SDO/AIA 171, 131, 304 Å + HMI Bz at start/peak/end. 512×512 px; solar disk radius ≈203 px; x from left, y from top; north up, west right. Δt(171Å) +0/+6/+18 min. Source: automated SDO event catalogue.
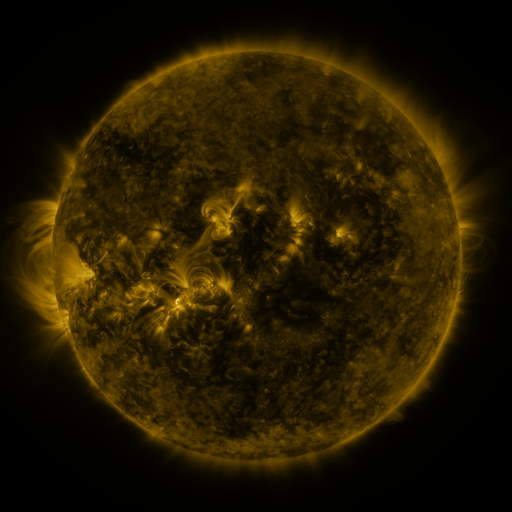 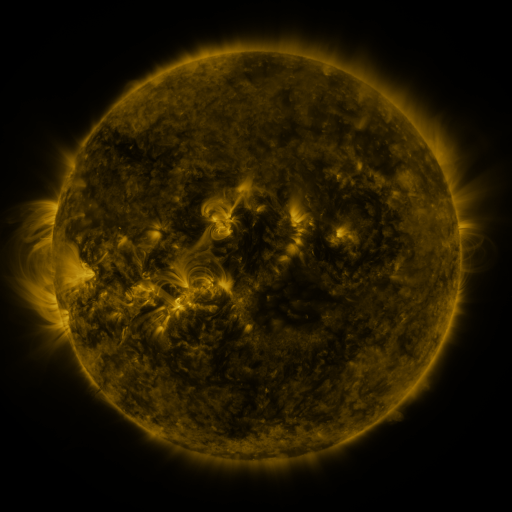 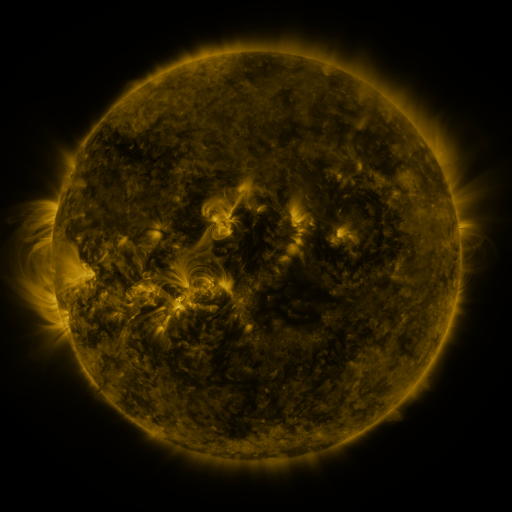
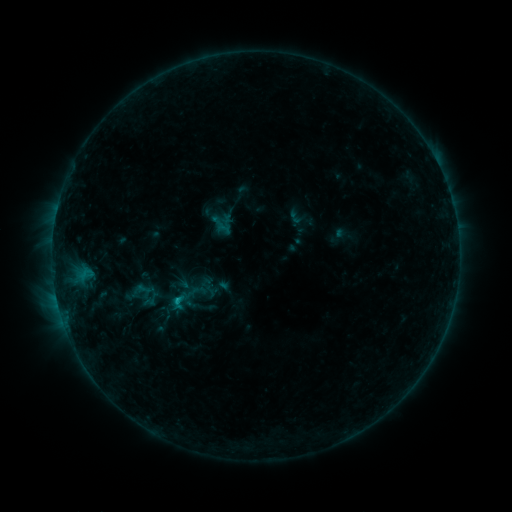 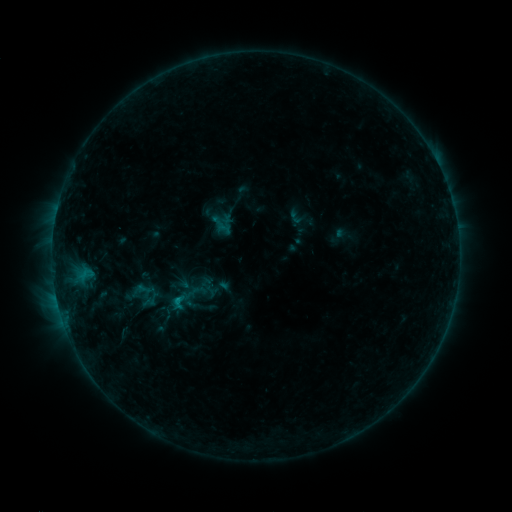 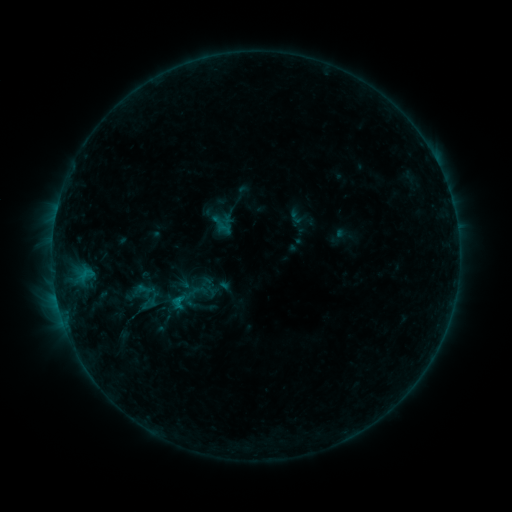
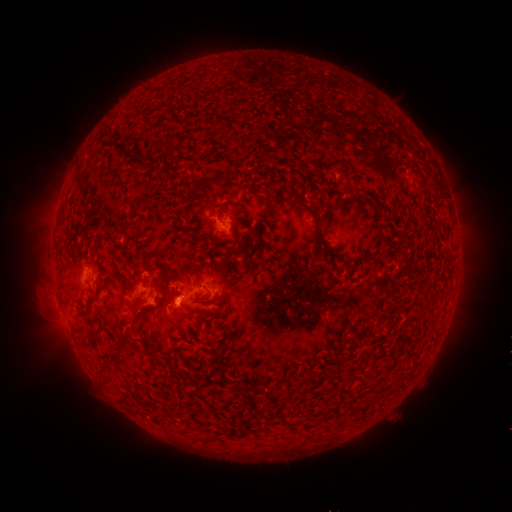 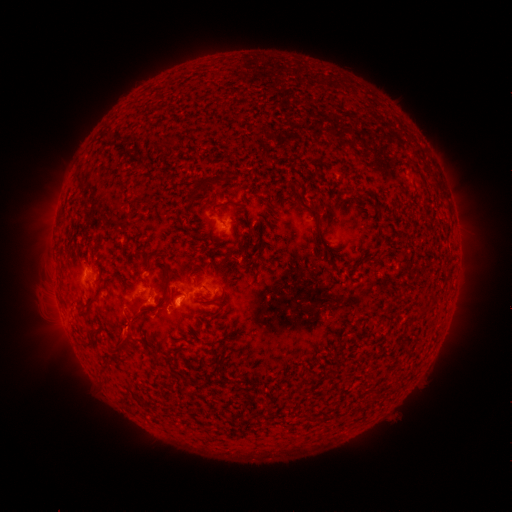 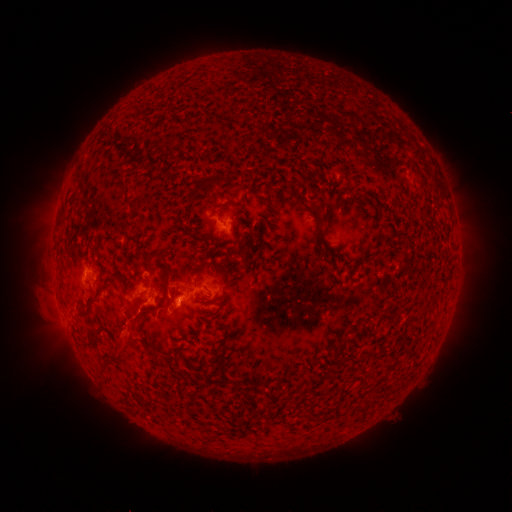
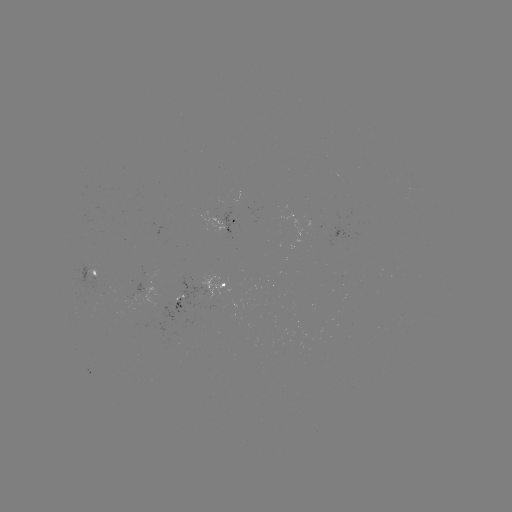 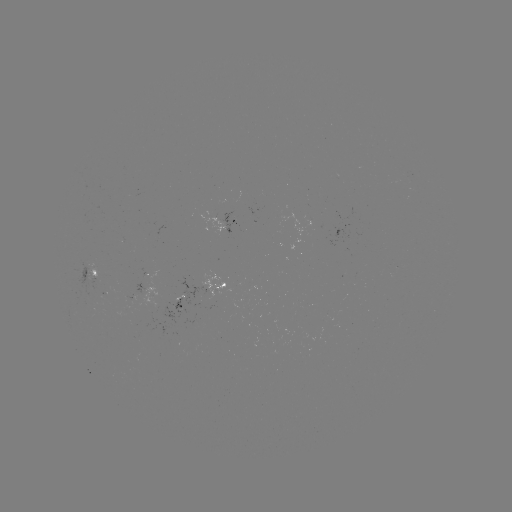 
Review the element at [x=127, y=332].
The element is eruption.